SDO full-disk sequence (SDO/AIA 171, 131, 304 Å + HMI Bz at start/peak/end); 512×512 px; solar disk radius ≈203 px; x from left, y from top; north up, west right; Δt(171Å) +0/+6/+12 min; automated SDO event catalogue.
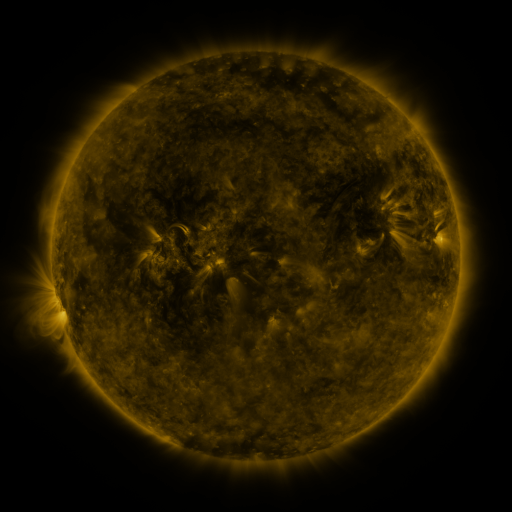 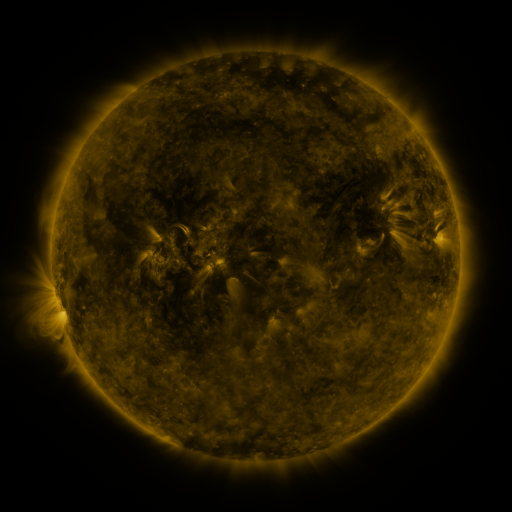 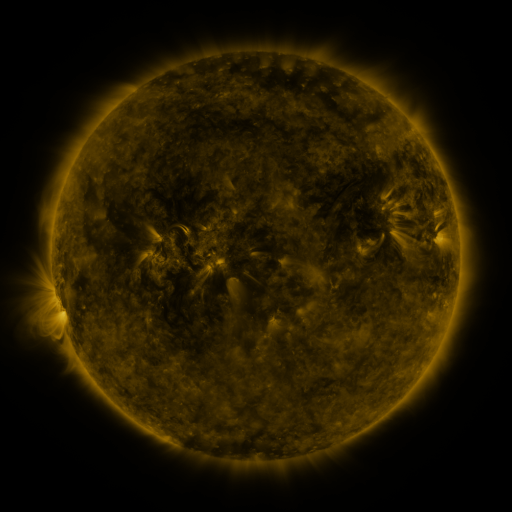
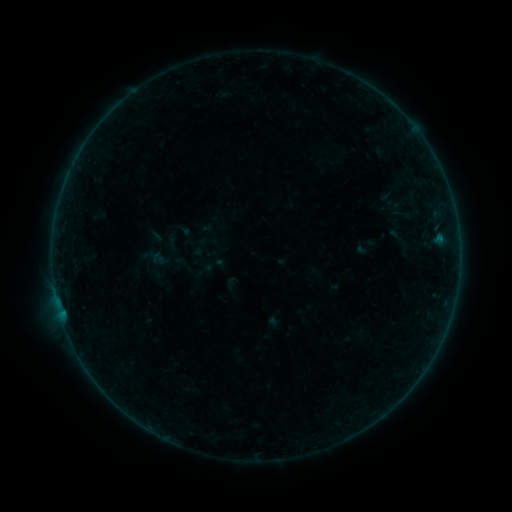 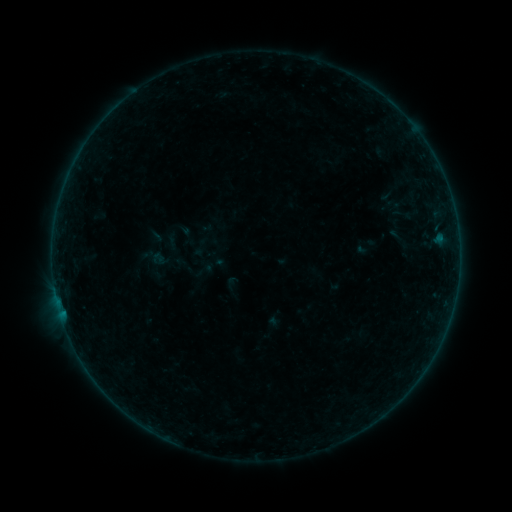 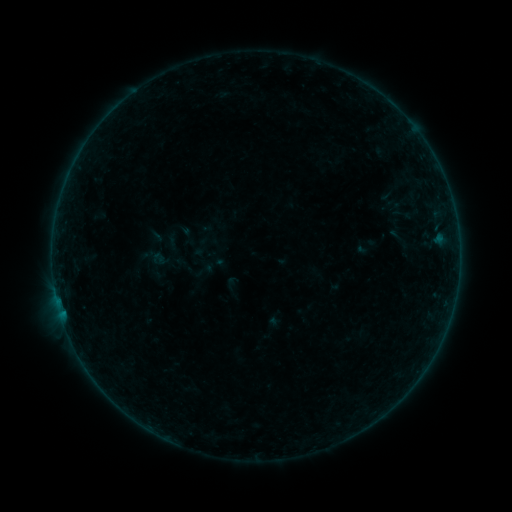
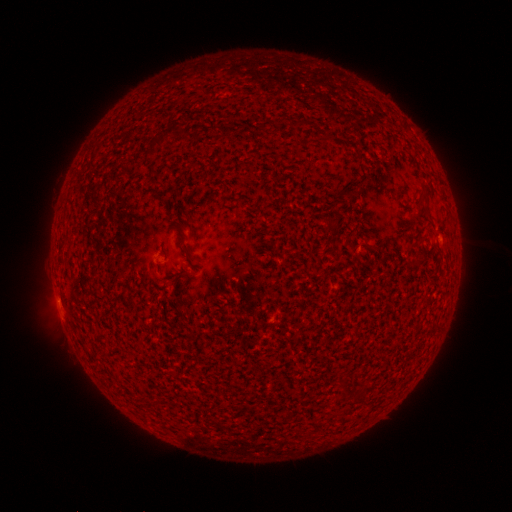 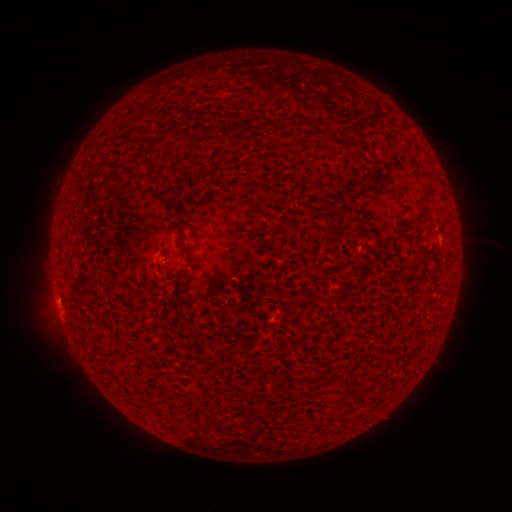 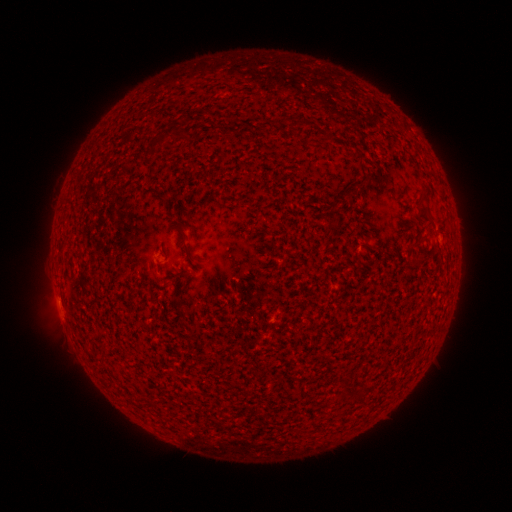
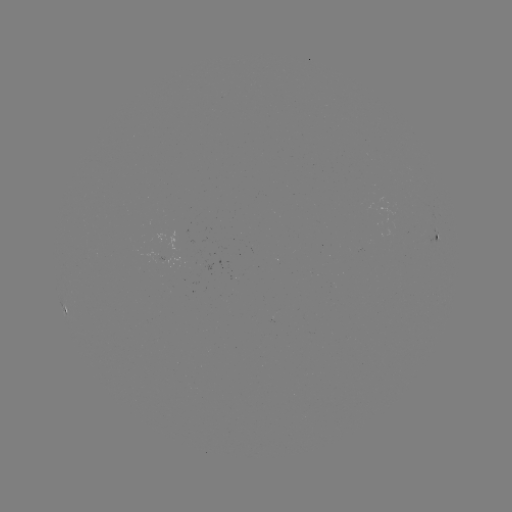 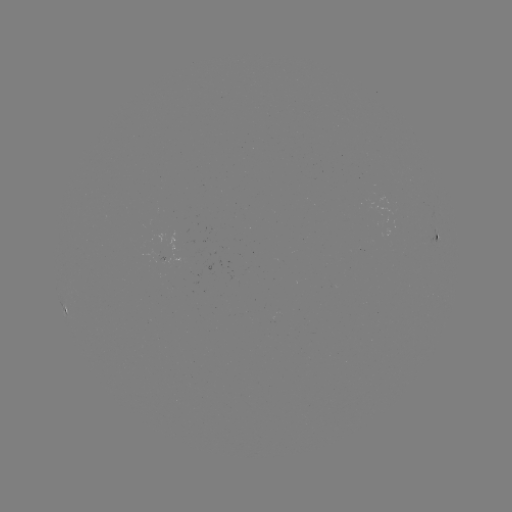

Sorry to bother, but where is B1.0 flare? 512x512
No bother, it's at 58,300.